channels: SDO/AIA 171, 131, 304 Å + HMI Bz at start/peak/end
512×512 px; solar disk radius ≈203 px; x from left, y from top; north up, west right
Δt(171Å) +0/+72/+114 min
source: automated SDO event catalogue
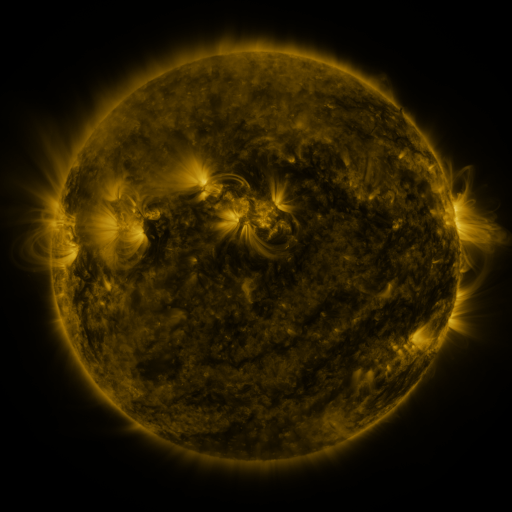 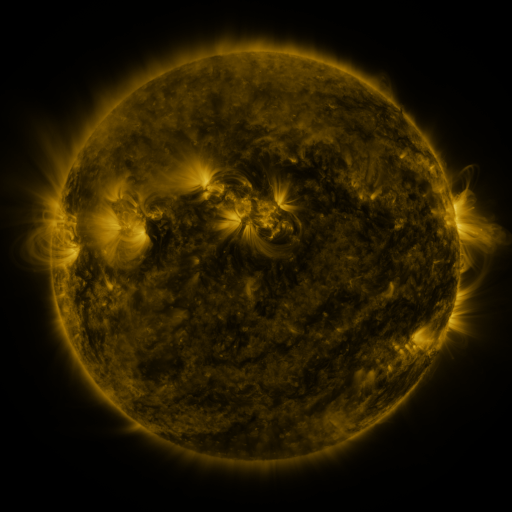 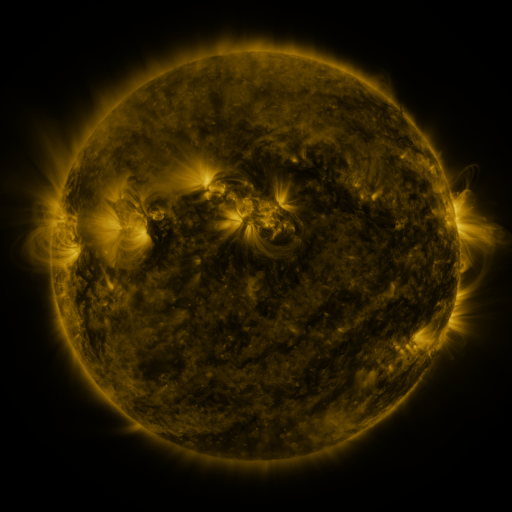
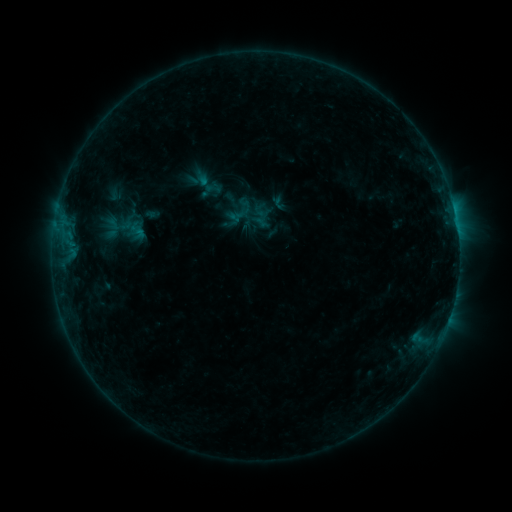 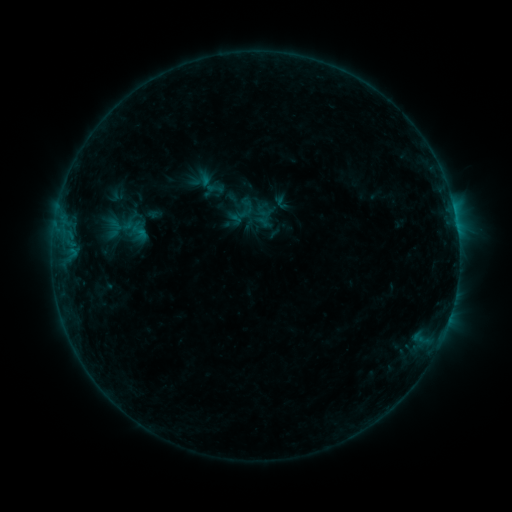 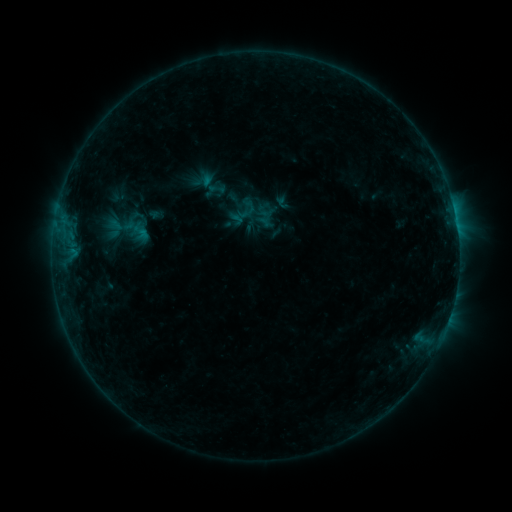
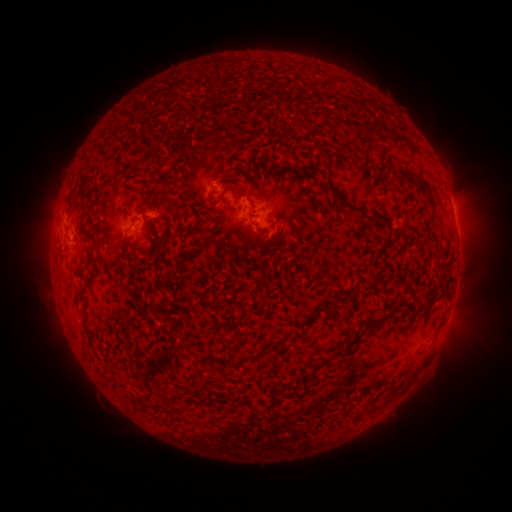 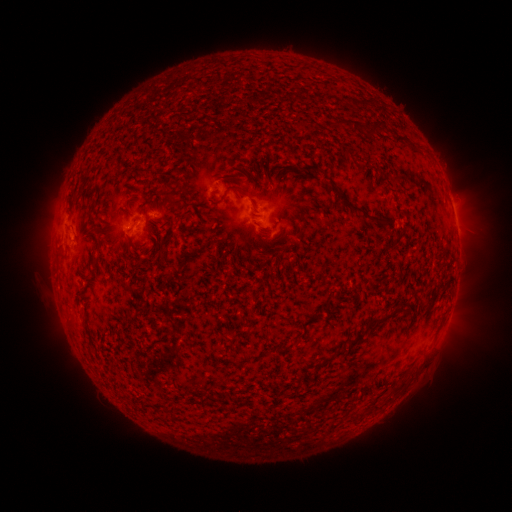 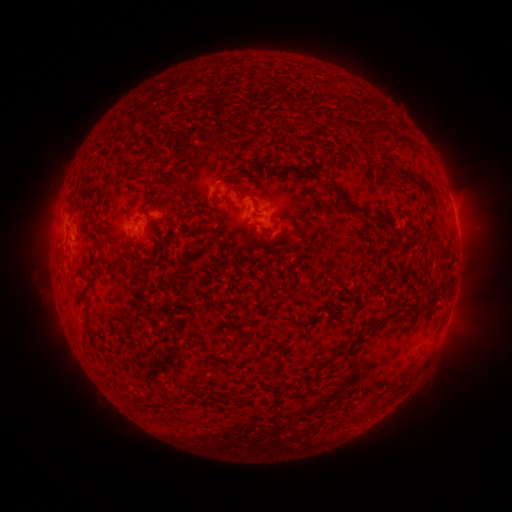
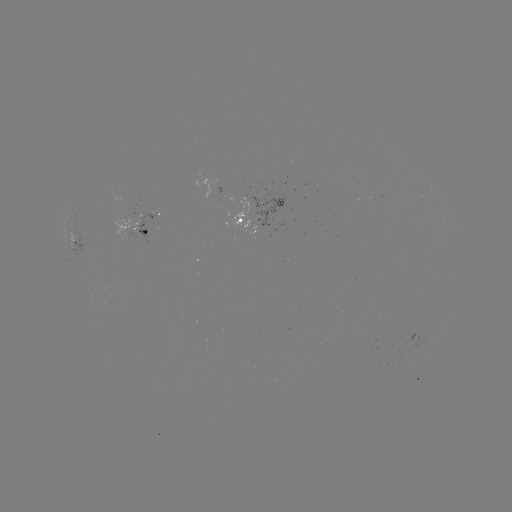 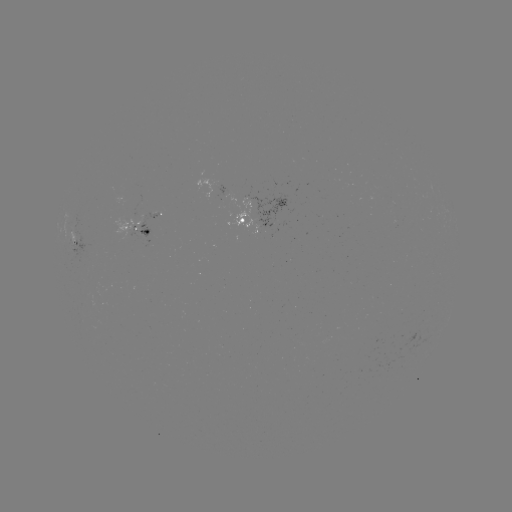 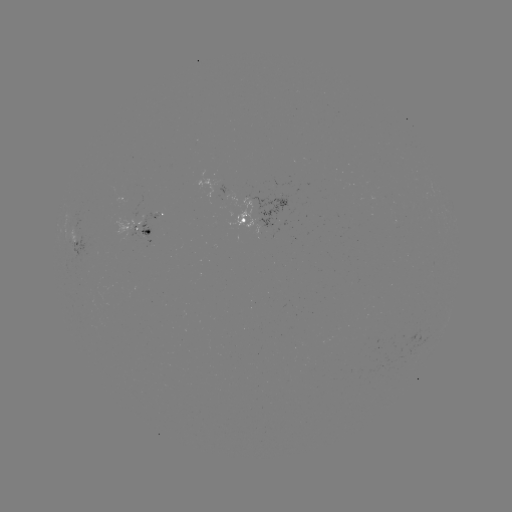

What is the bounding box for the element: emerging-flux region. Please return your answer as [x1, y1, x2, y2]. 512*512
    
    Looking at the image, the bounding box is [89, 244, 97, 257].